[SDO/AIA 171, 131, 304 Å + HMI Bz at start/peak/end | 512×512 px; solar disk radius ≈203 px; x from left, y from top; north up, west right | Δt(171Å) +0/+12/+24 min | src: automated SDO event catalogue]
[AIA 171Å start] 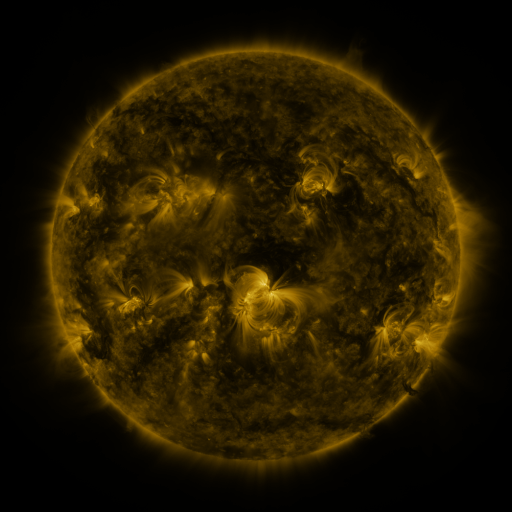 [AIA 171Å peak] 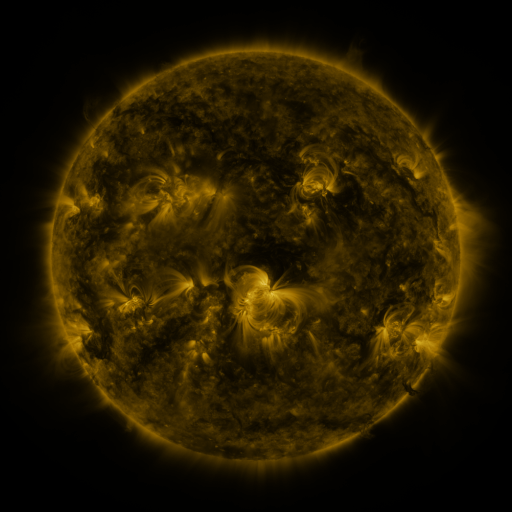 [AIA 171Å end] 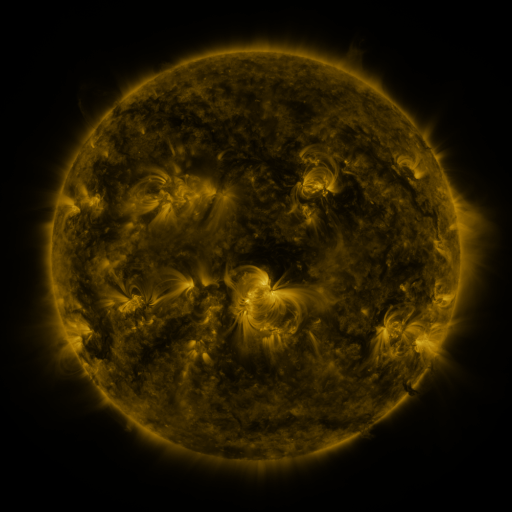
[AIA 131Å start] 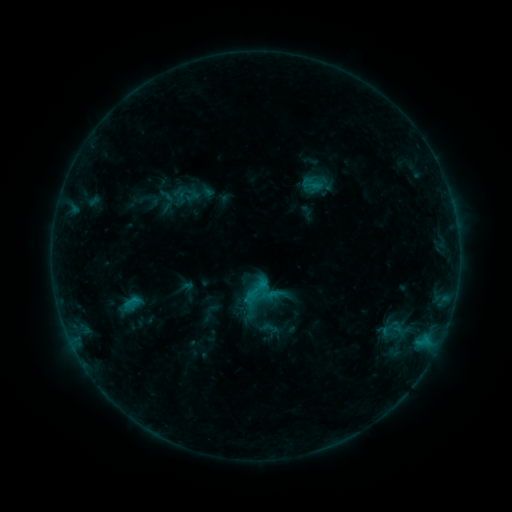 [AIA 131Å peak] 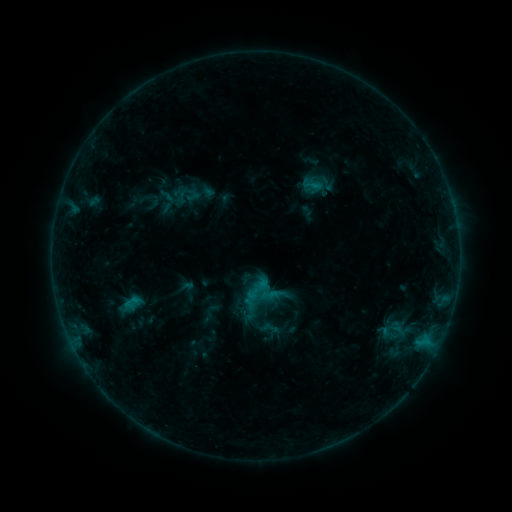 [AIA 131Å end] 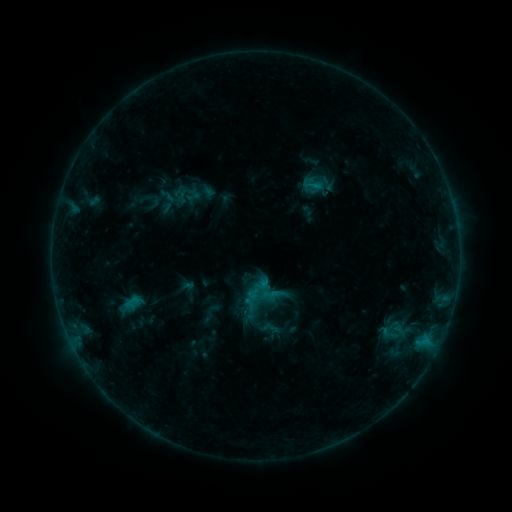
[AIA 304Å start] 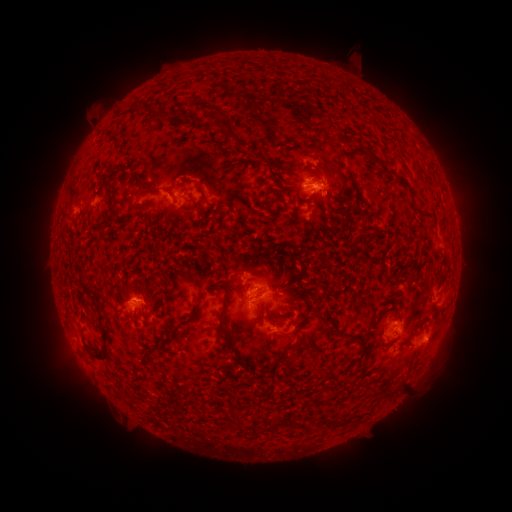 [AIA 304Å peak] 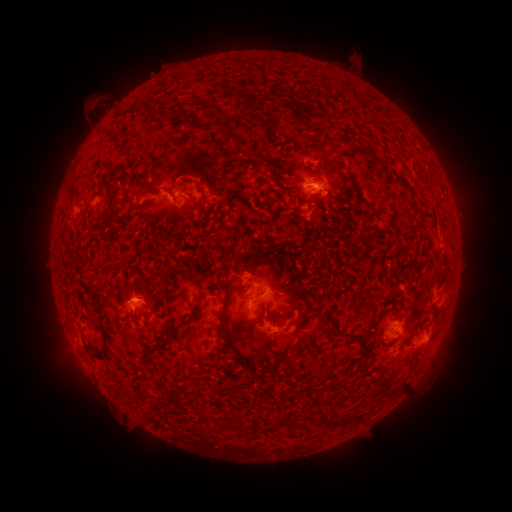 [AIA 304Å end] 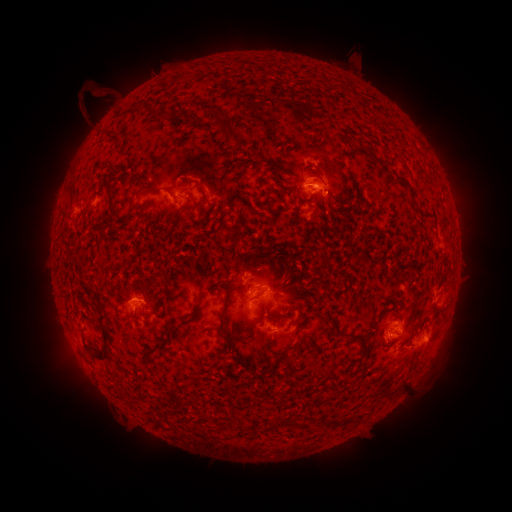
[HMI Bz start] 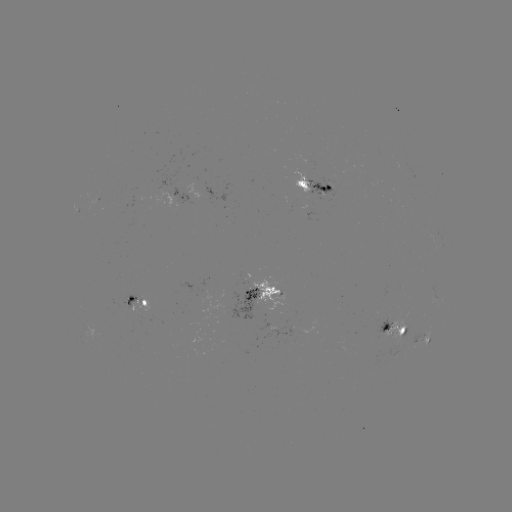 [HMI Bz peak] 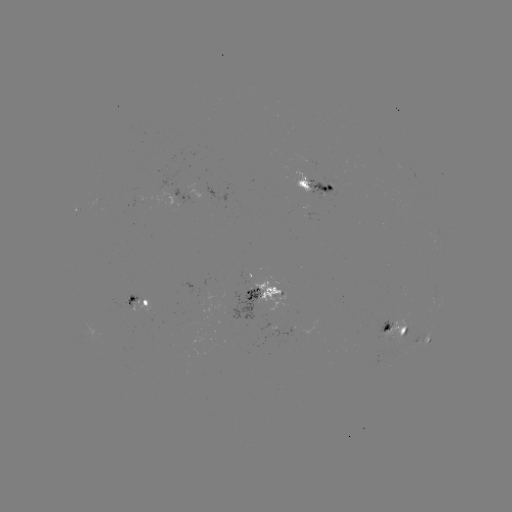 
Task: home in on eruption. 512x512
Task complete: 97,106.